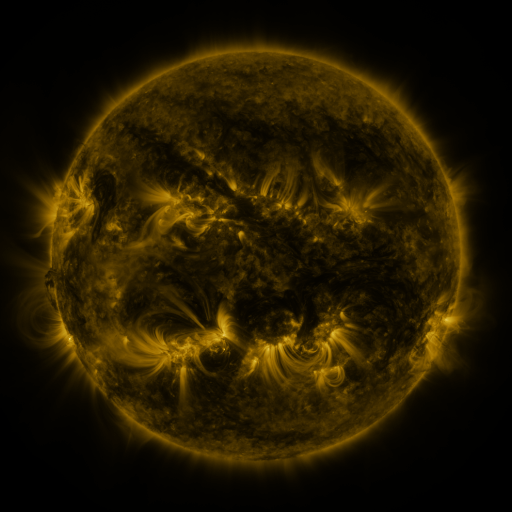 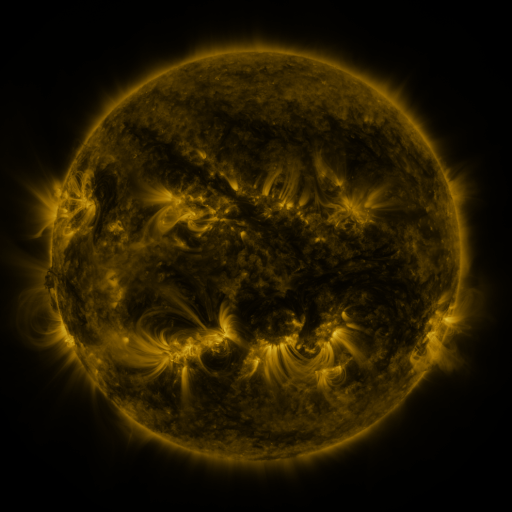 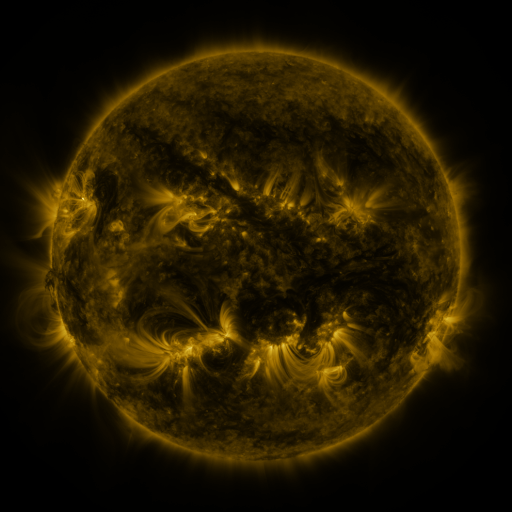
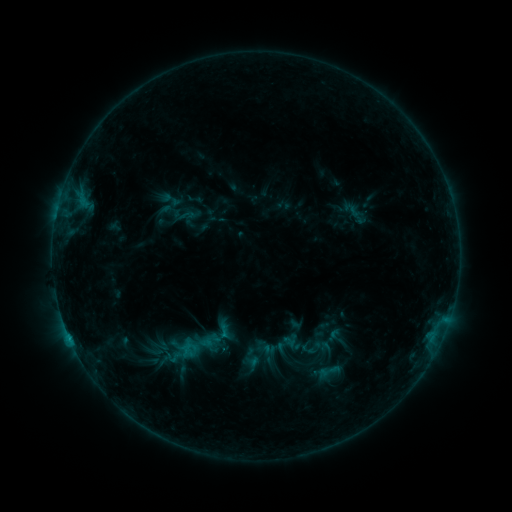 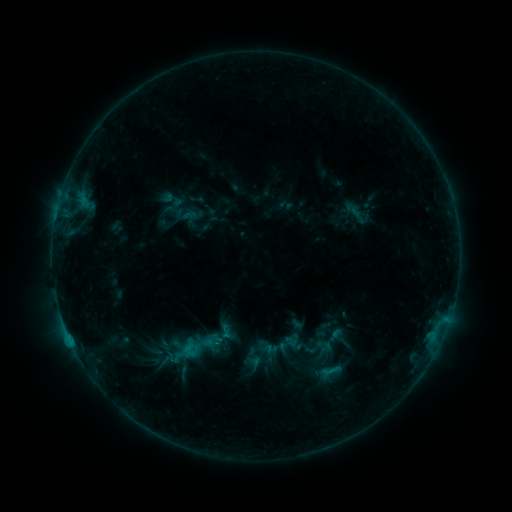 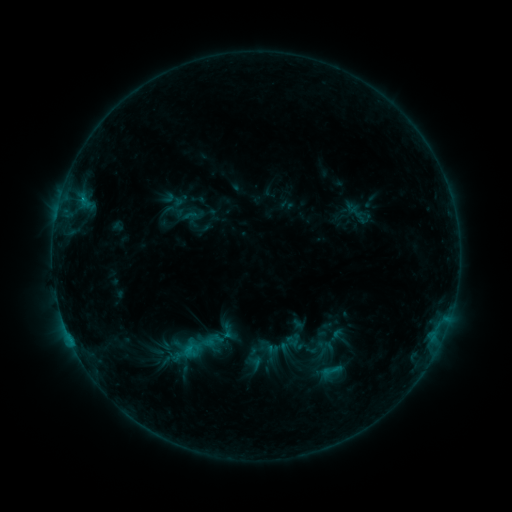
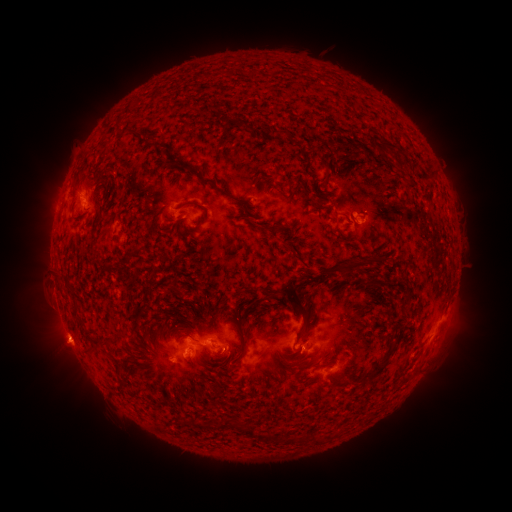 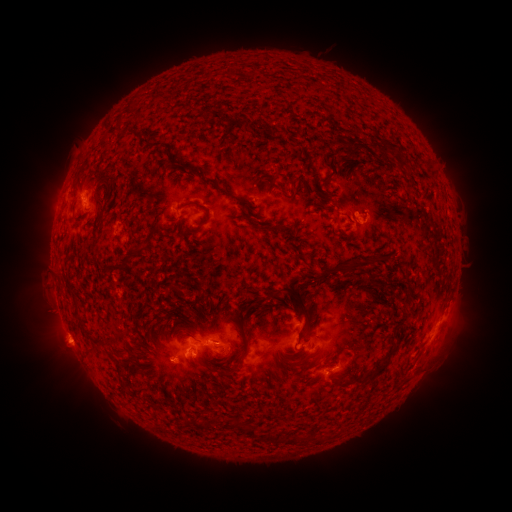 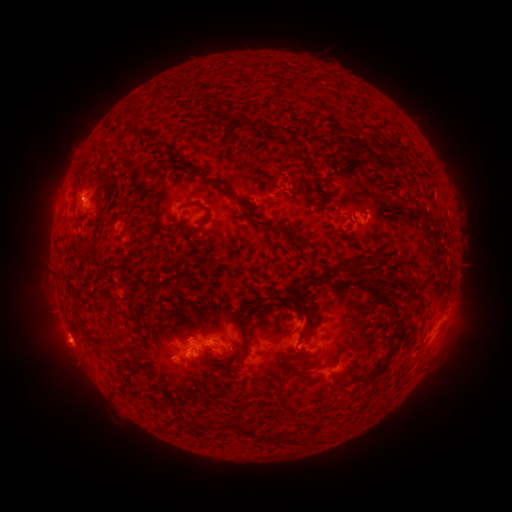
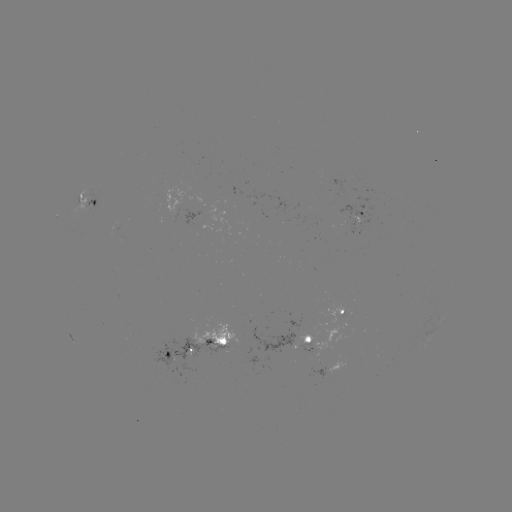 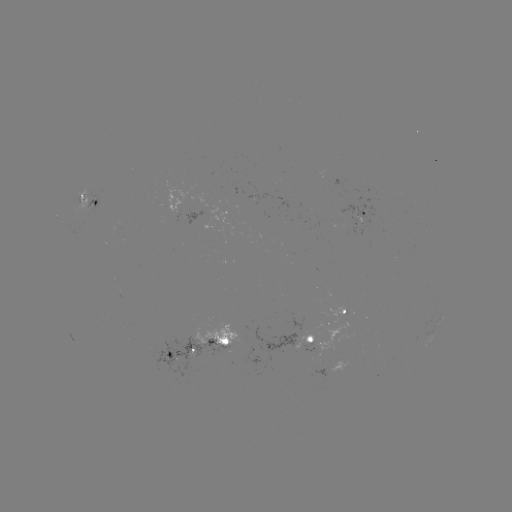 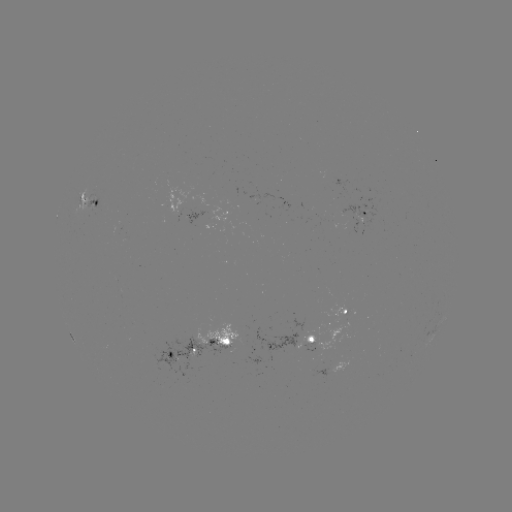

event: emerging-flux region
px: (232, 193)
